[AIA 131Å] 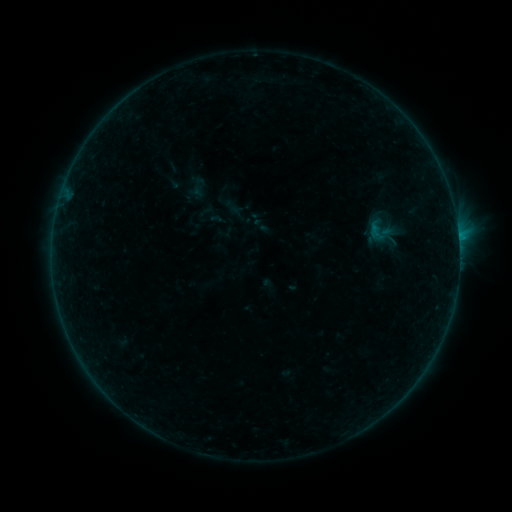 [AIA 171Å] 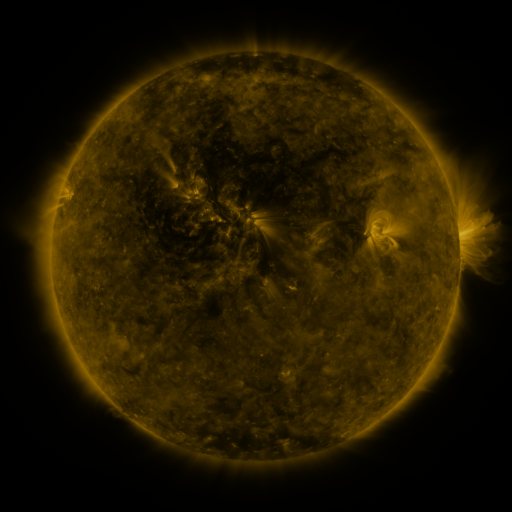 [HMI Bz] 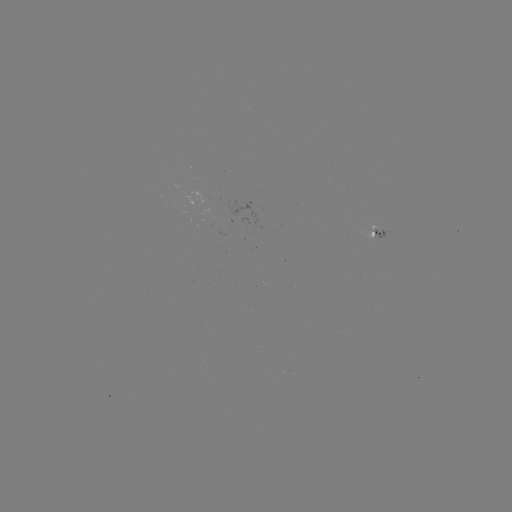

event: sigmoid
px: (199, 187)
